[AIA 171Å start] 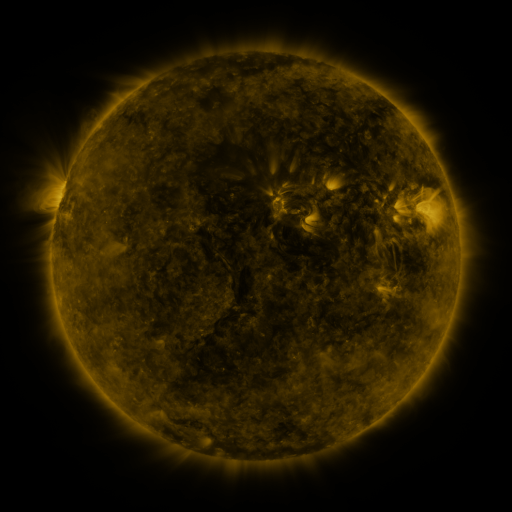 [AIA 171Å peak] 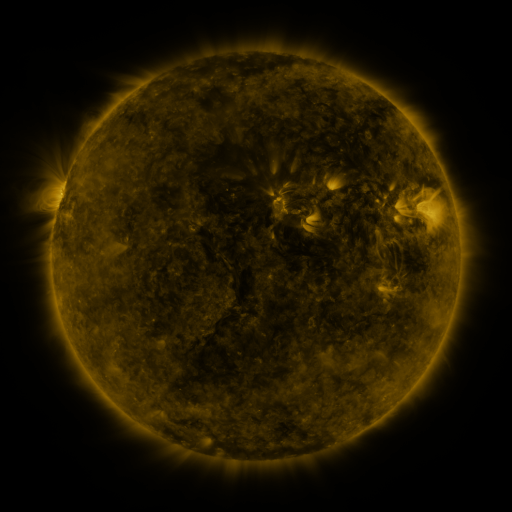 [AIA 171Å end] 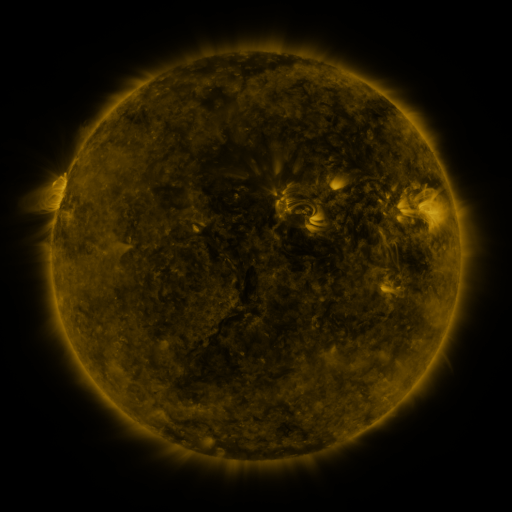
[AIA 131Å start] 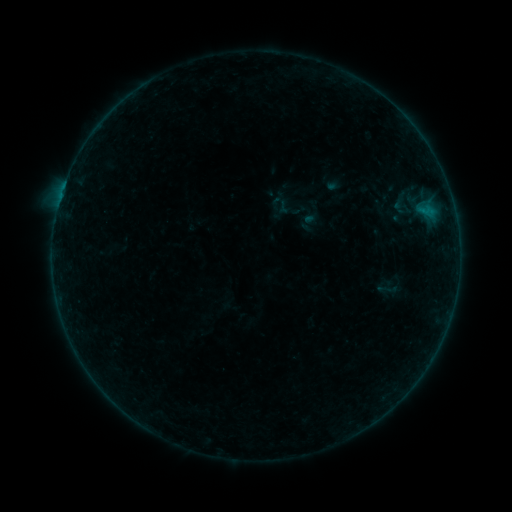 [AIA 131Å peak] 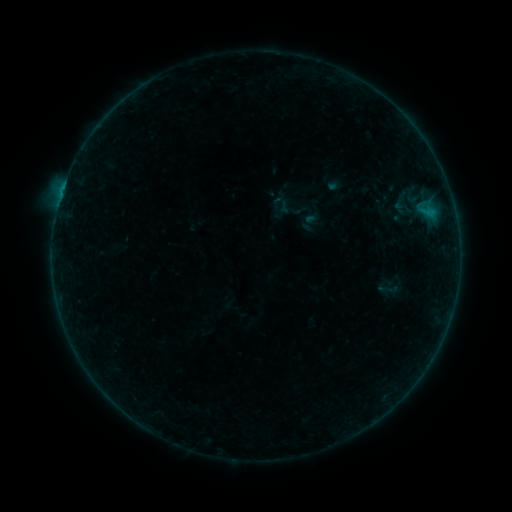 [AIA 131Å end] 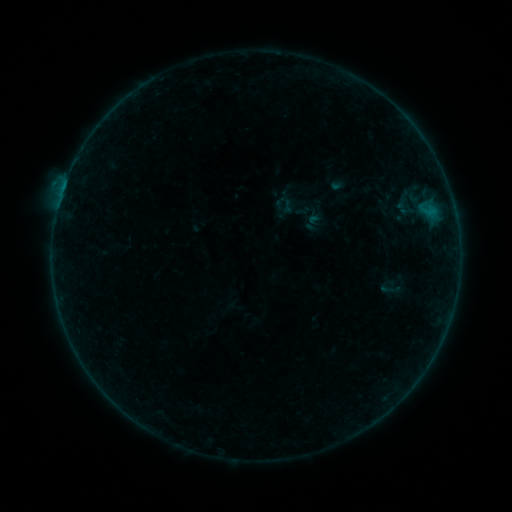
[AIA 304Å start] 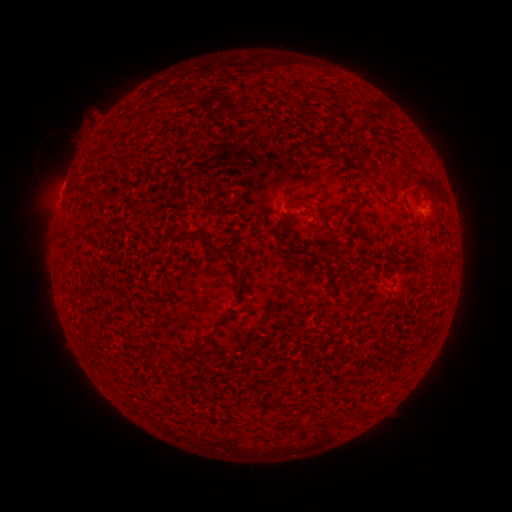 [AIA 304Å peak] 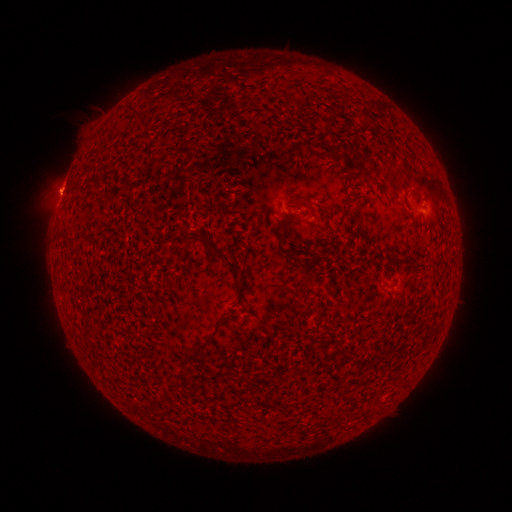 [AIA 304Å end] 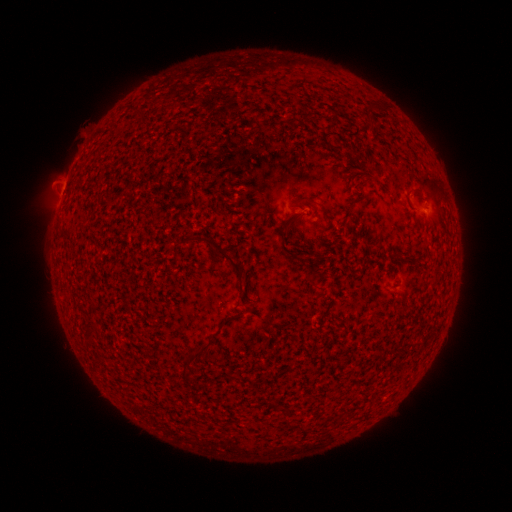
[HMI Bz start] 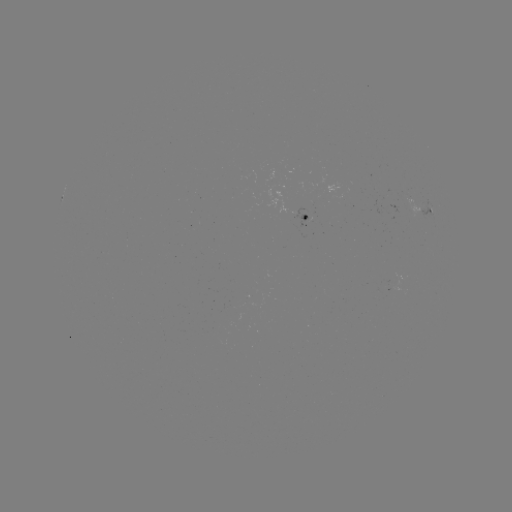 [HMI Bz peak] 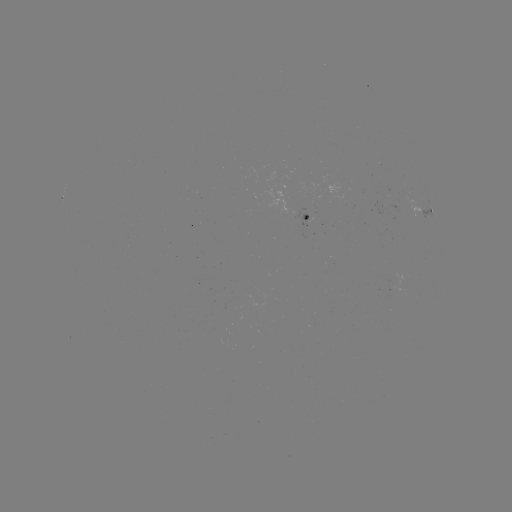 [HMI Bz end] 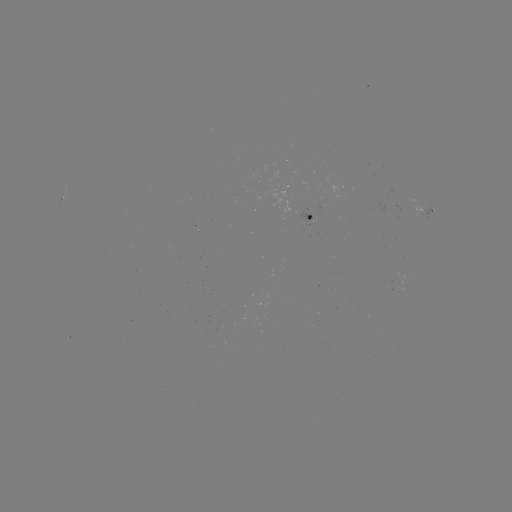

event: flare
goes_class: B2.4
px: (63, 189)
